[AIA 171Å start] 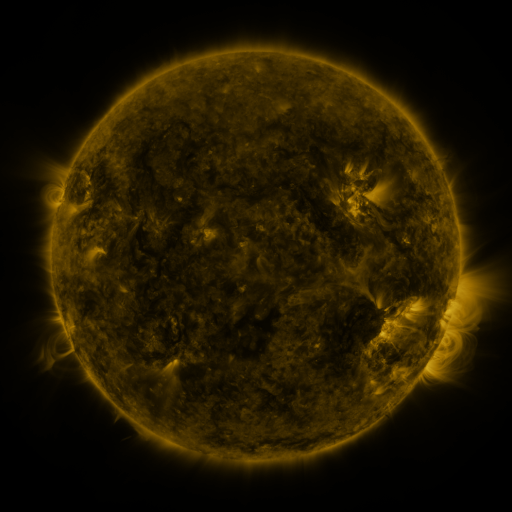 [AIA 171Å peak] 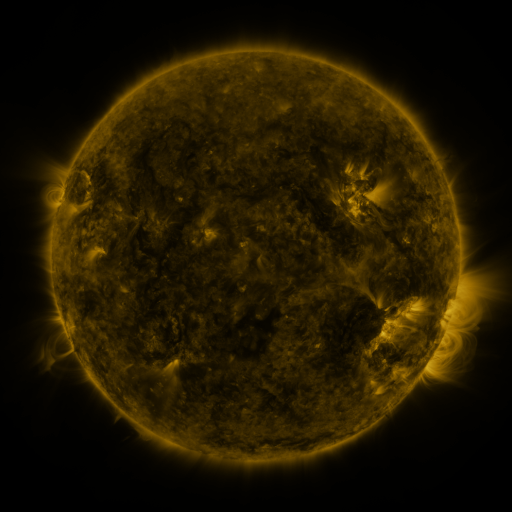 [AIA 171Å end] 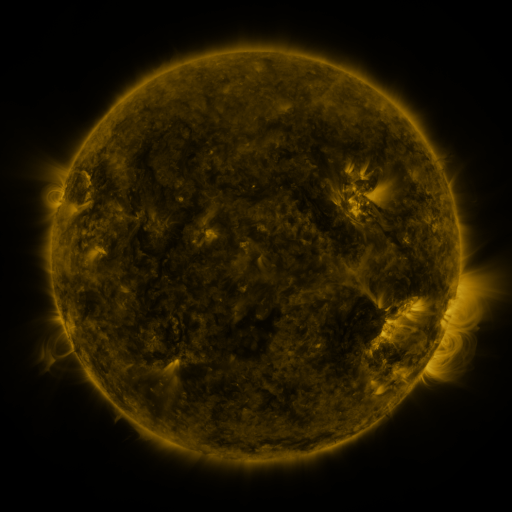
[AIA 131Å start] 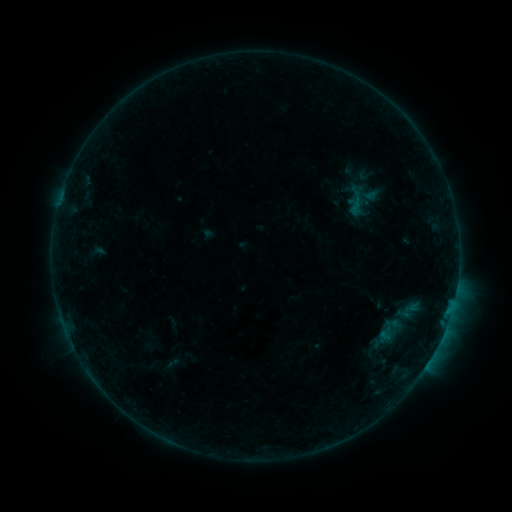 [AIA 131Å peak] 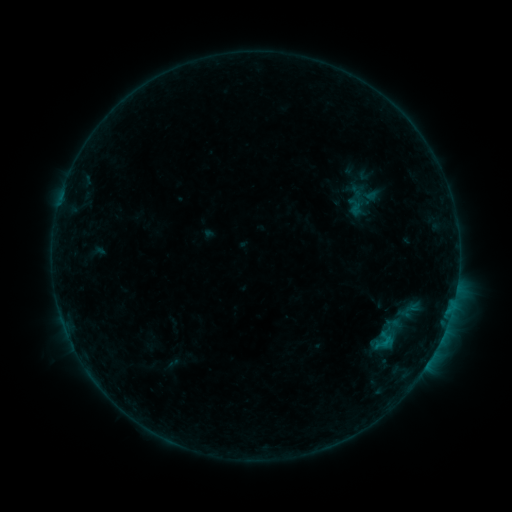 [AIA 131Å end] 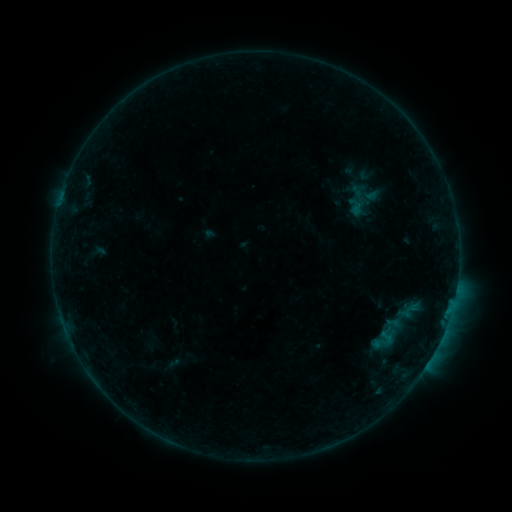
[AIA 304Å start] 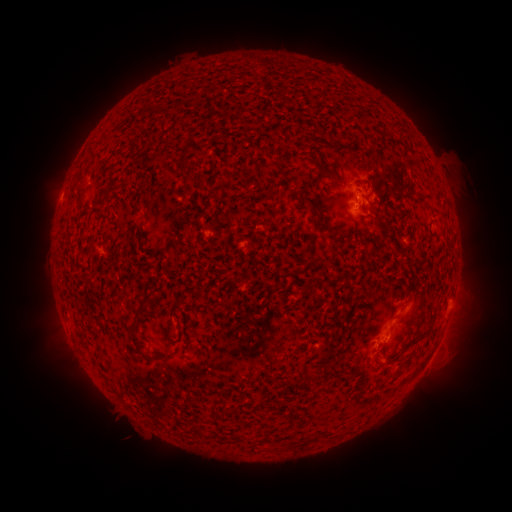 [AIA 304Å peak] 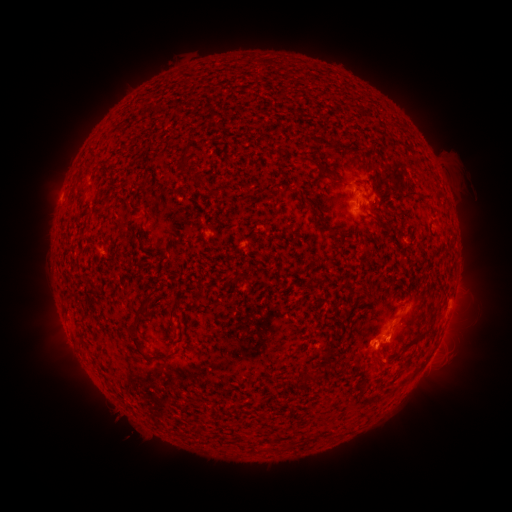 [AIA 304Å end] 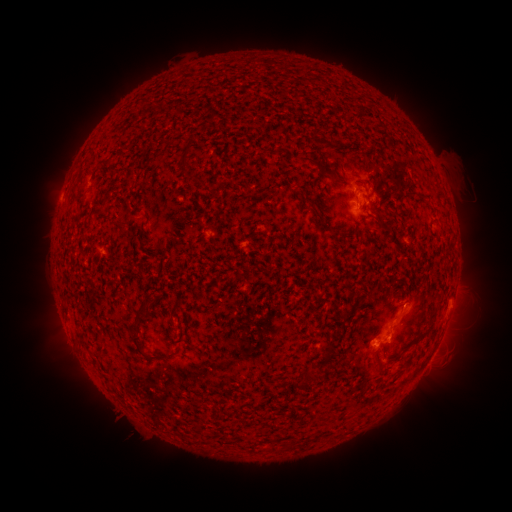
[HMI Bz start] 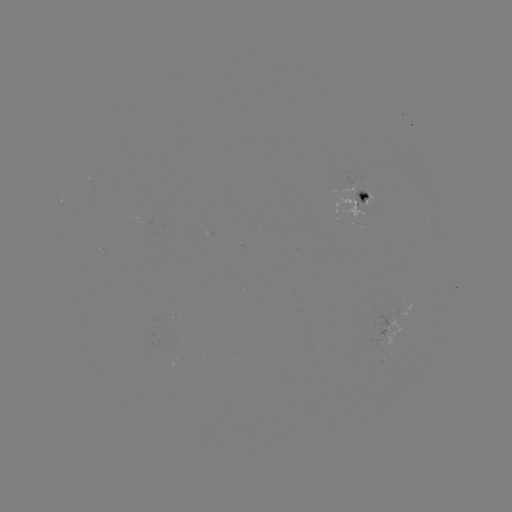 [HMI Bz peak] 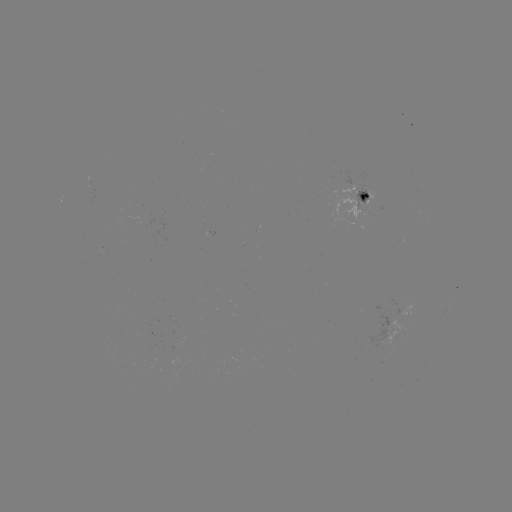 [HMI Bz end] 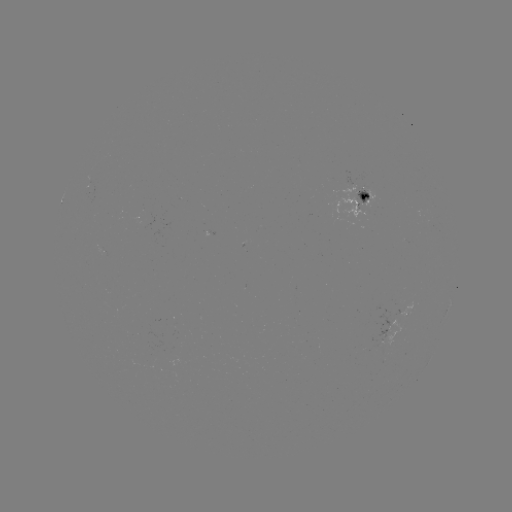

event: flare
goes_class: B6.0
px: (384, 341)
